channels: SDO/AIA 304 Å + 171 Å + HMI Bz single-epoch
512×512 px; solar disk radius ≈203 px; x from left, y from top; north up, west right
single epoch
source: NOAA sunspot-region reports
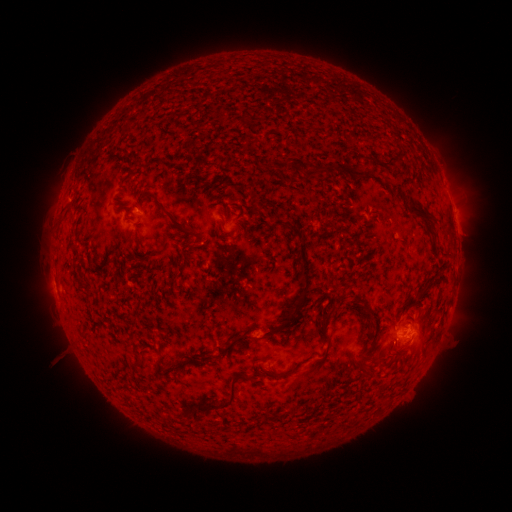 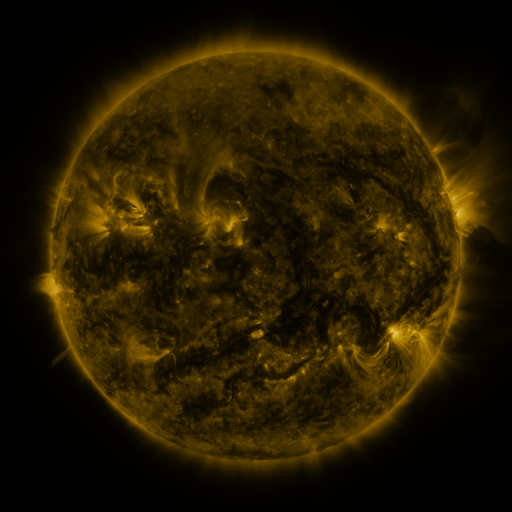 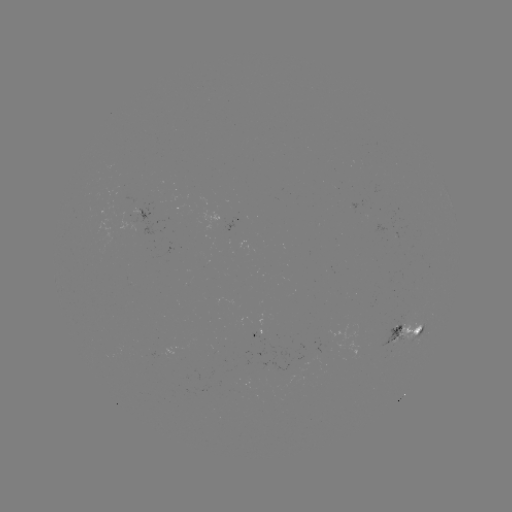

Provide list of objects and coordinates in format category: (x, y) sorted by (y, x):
spotted active region: (141, 214)
spotted active region: (454, 214)
spotted active region: (235, 222)
spotted active region: (406, 332)
spotted active region: (256, 333)
